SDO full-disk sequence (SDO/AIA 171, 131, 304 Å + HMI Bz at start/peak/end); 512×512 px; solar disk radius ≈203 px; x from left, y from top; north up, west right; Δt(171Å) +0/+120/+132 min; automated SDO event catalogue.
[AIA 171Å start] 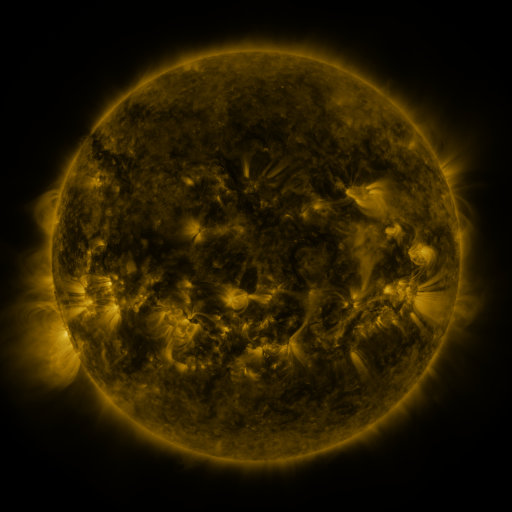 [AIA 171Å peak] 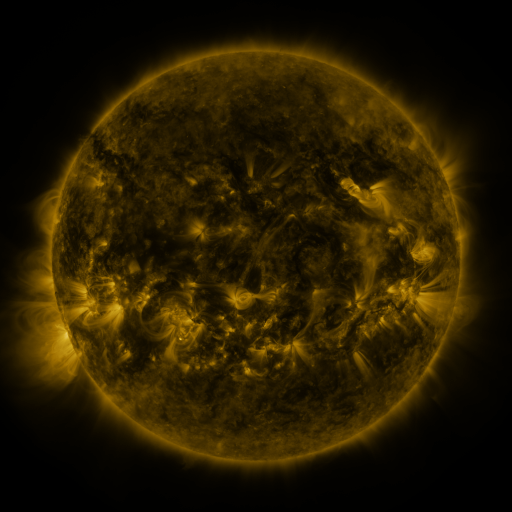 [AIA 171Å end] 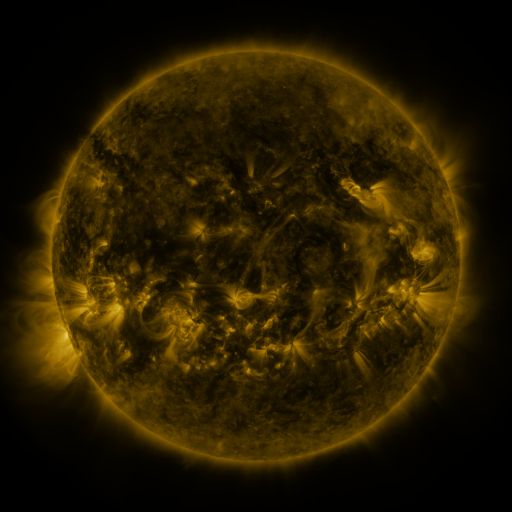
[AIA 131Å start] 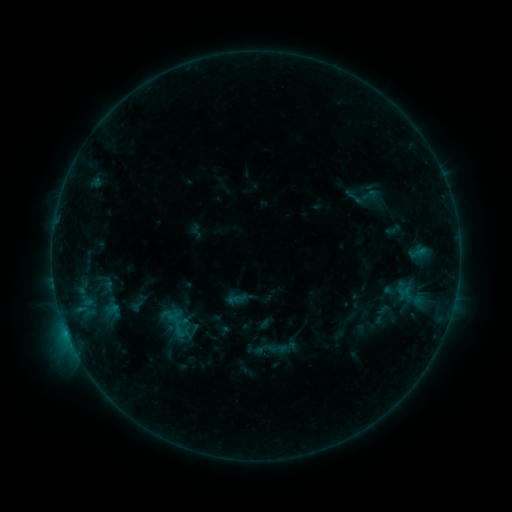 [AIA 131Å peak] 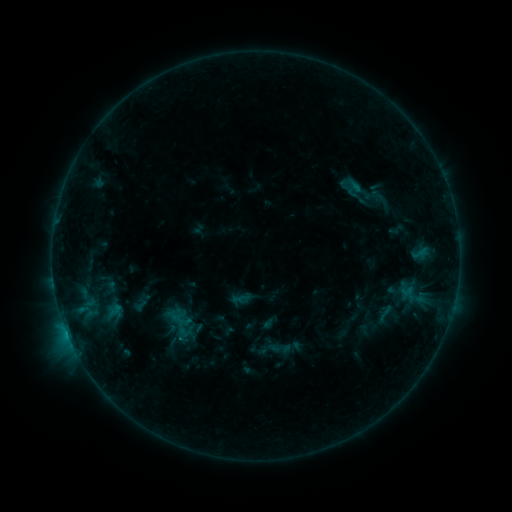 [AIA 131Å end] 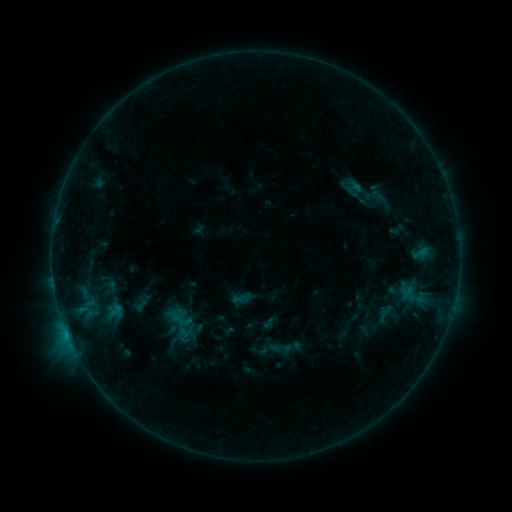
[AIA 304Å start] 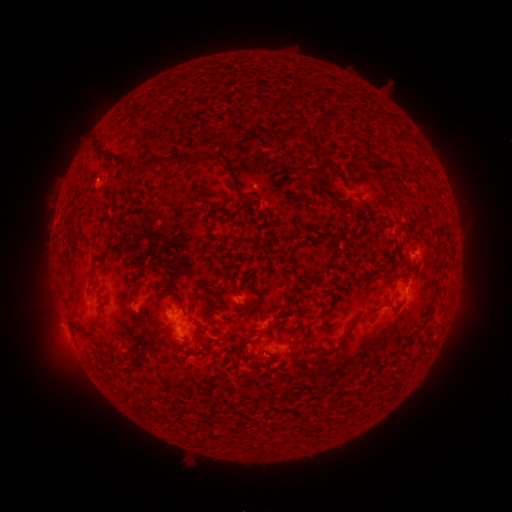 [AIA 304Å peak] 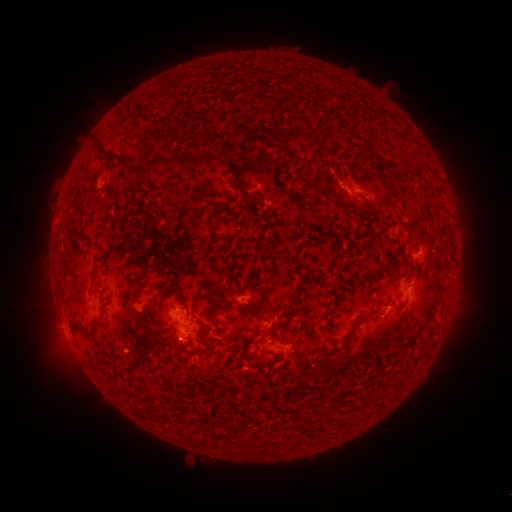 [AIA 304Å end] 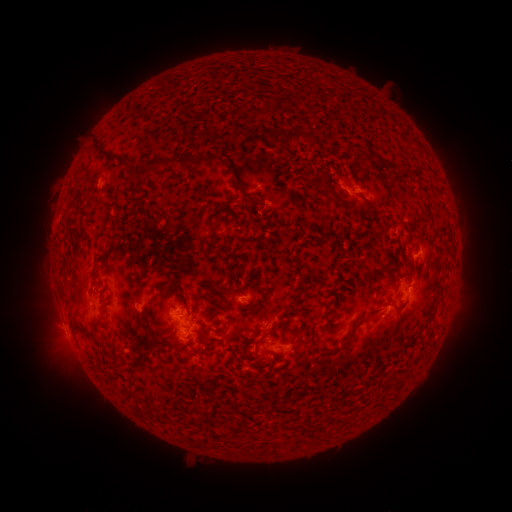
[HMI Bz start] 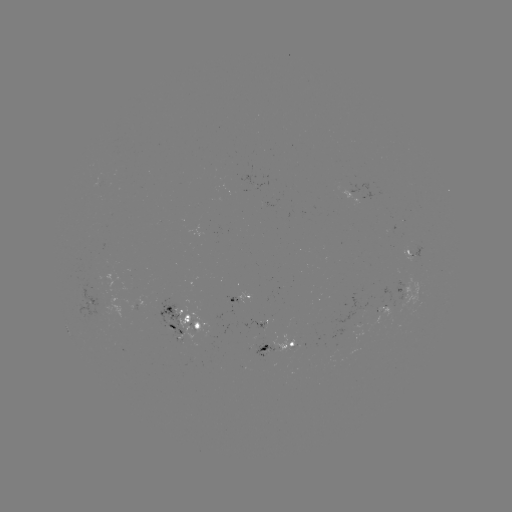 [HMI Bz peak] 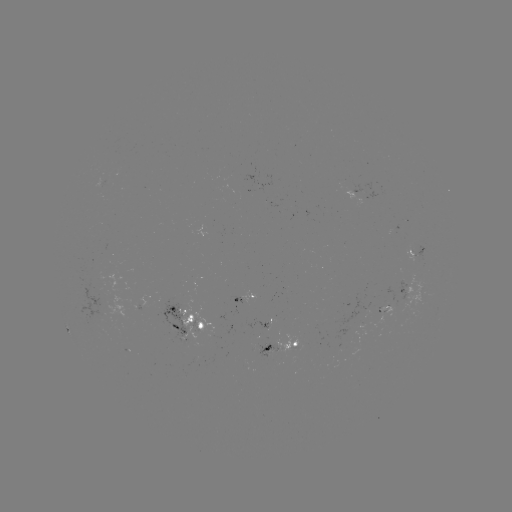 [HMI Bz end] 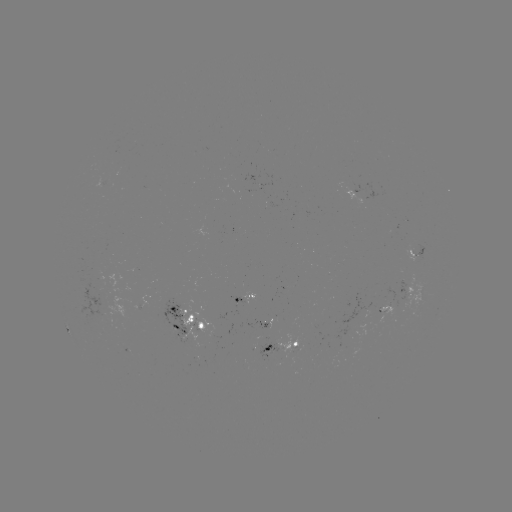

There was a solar emerging-flux region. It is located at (91, 302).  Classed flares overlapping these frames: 1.